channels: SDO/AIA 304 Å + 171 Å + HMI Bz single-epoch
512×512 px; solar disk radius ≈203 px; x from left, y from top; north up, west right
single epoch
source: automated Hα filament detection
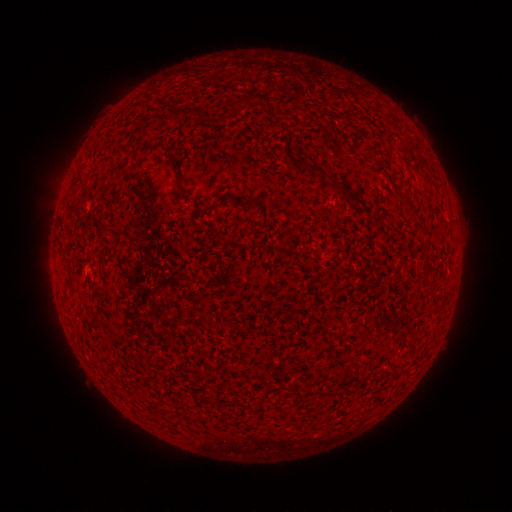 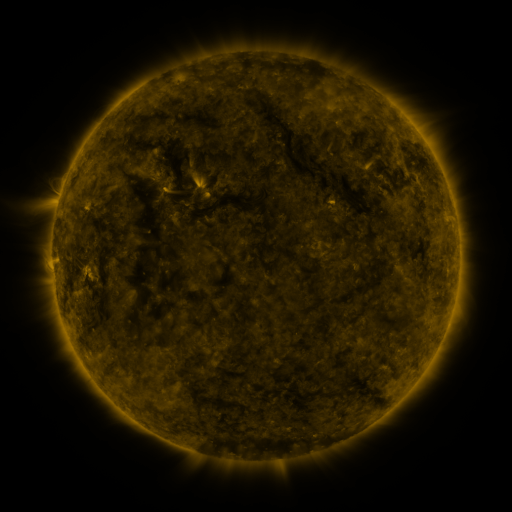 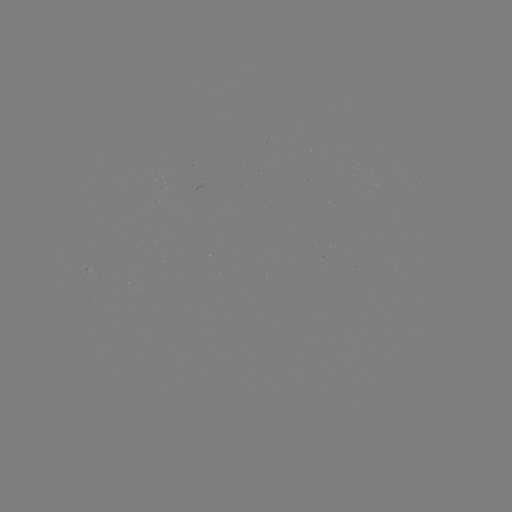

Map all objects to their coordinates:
filament: (185, 112)
filament: (324, 174)
filament: (68, 284)
